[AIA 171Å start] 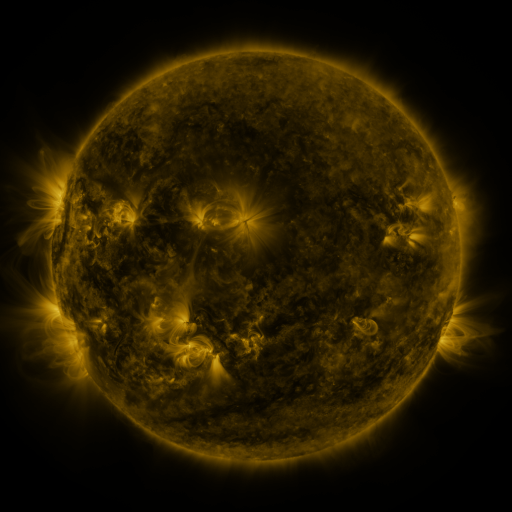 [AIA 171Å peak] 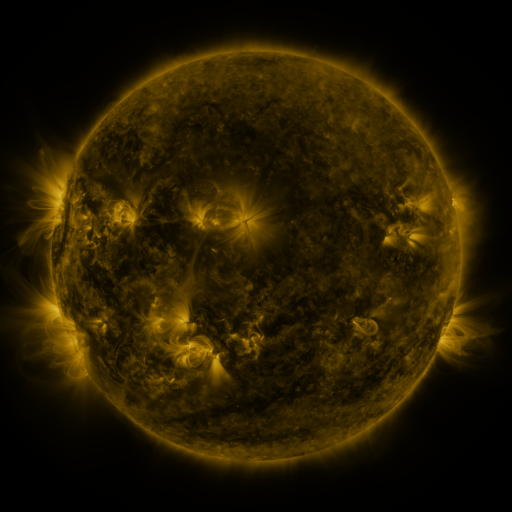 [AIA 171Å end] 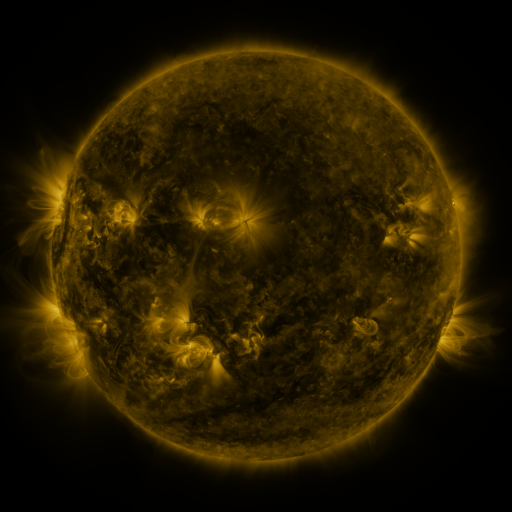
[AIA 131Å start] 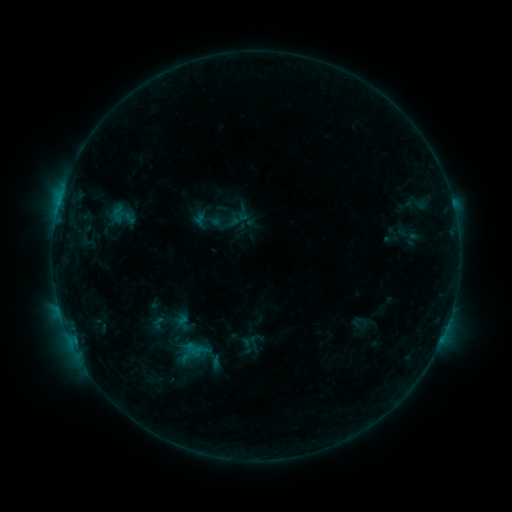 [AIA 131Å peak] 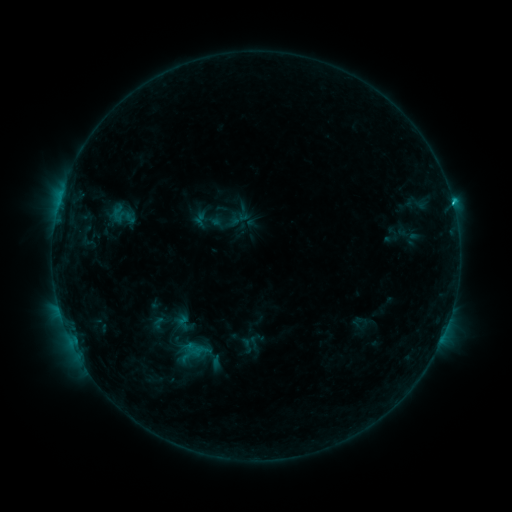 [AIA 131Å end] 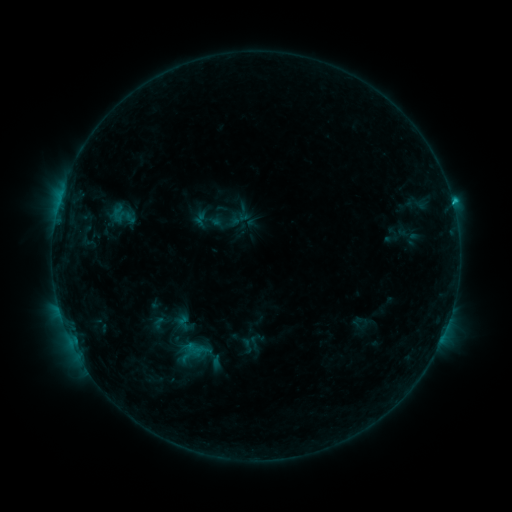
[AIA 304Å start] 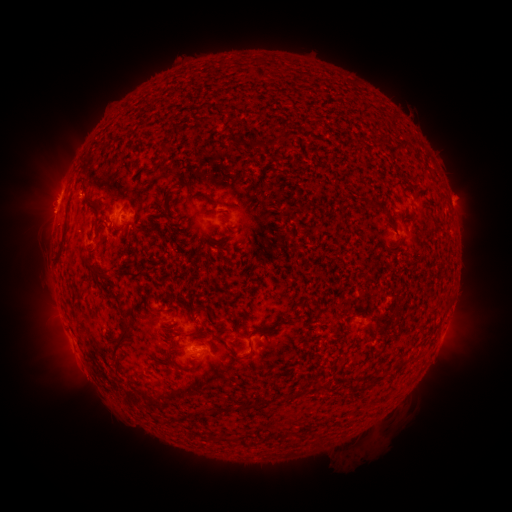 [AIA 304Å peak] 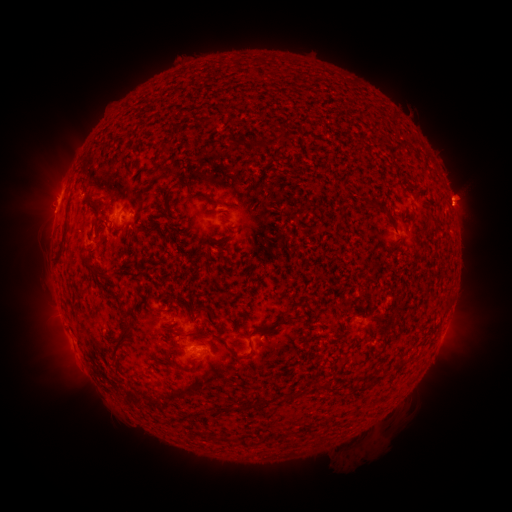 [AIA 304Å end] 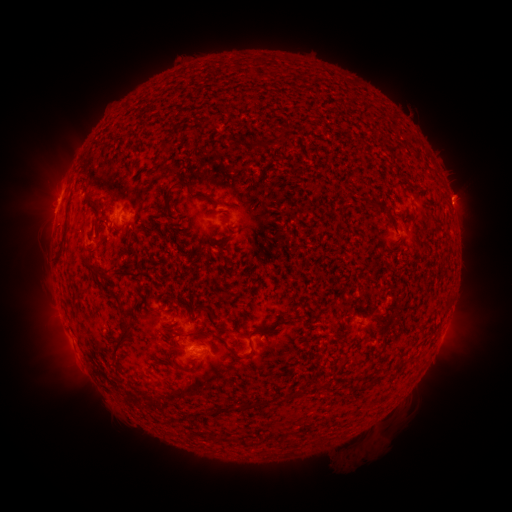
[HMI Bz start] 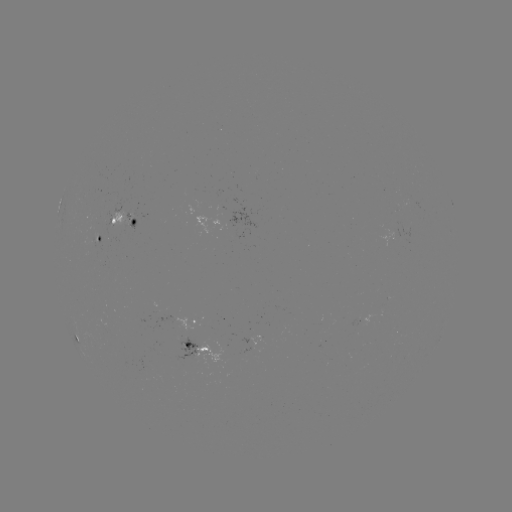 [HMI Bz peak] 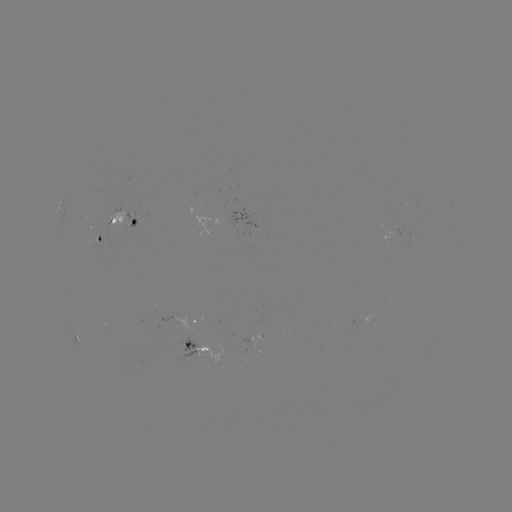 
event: eruption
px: (464, 203)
